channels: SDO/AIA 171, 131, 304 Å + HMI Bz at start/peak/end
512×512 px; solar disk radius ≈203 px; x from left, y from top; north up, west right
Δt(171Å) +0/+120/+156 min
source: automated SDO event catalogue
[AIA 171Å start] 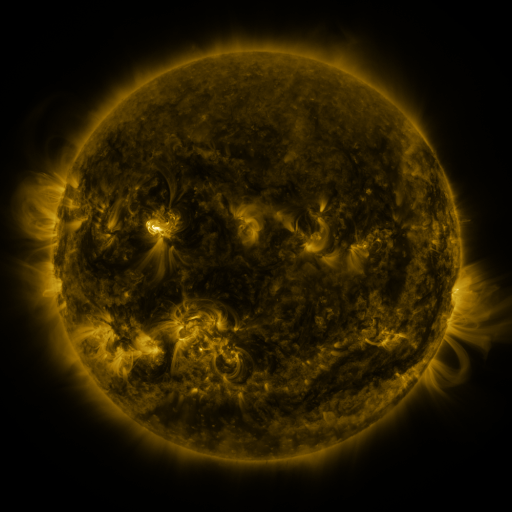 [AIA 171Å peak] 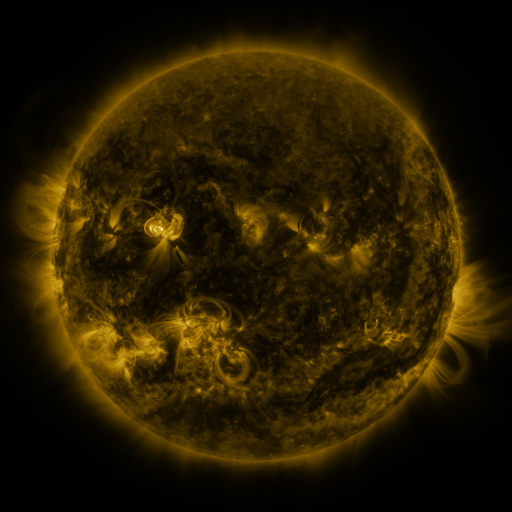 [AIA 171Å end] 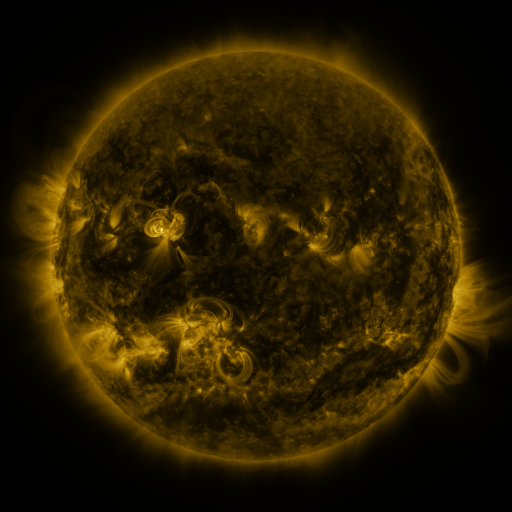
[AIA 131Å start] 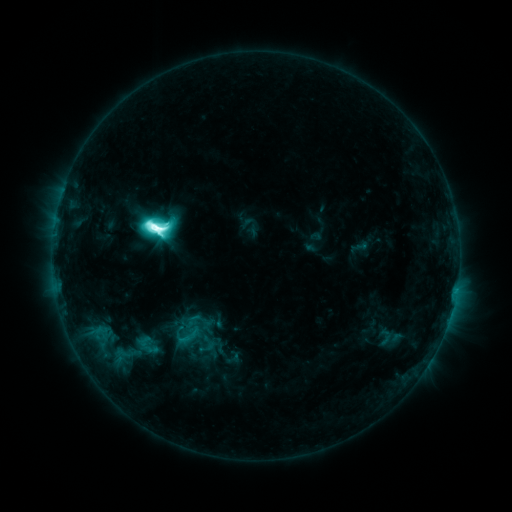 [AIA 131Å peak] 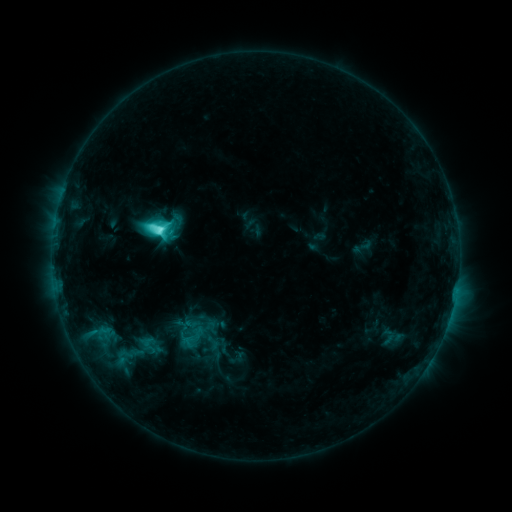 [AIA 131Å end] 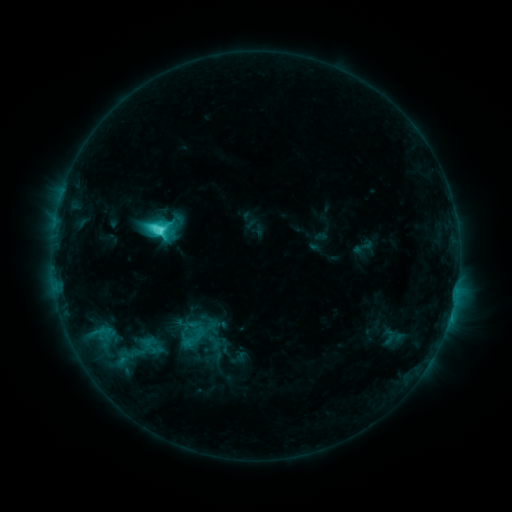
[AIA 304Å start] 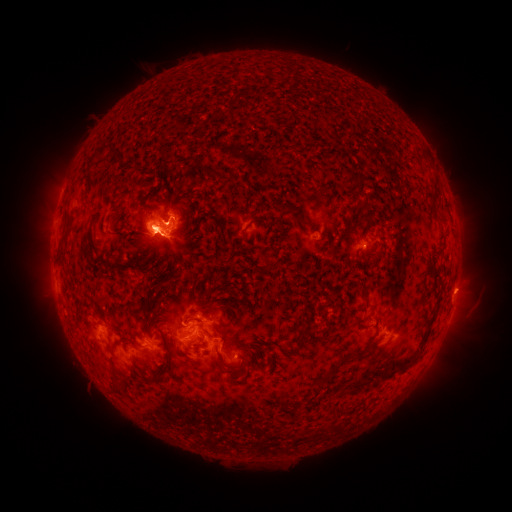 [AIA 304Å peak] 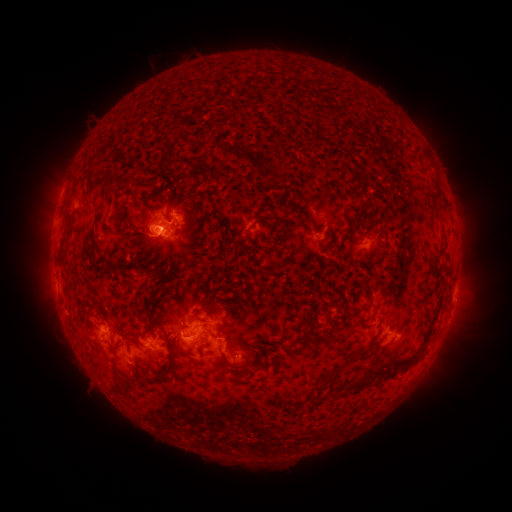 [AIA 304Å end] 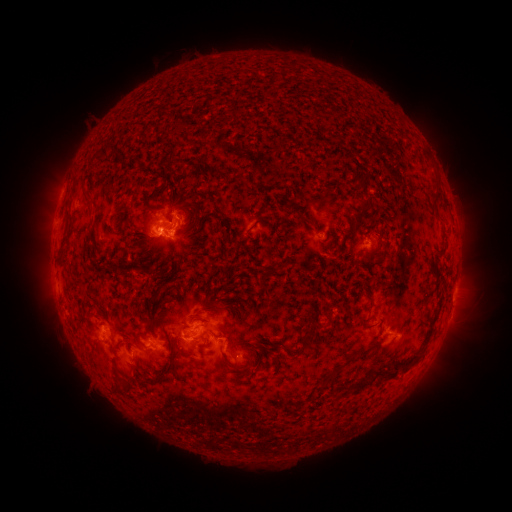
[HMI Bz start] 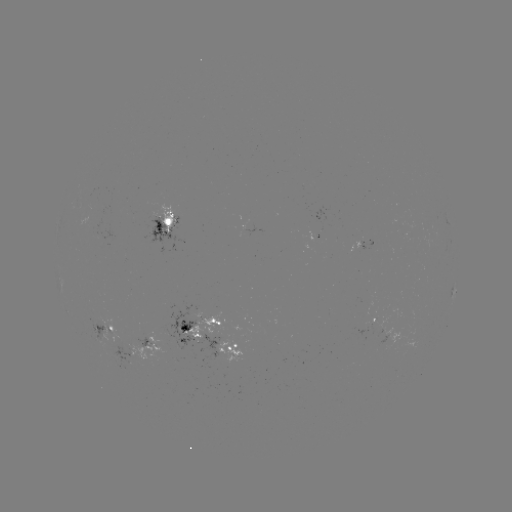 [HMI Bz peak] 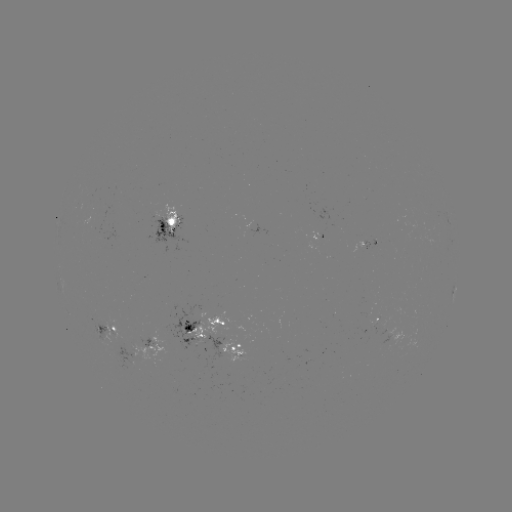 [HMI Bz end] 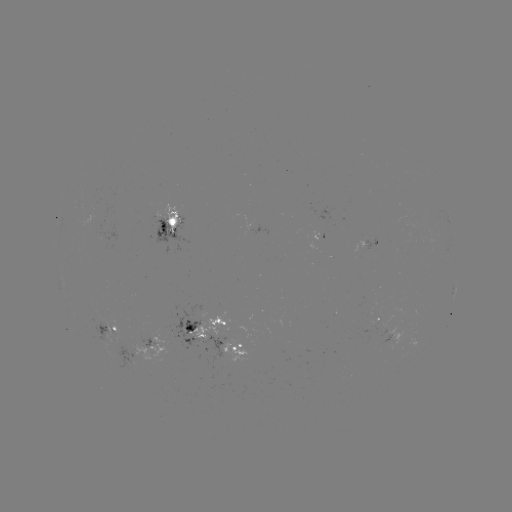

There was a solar emerging-flux region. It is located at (370, 326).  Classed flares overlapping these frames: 1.